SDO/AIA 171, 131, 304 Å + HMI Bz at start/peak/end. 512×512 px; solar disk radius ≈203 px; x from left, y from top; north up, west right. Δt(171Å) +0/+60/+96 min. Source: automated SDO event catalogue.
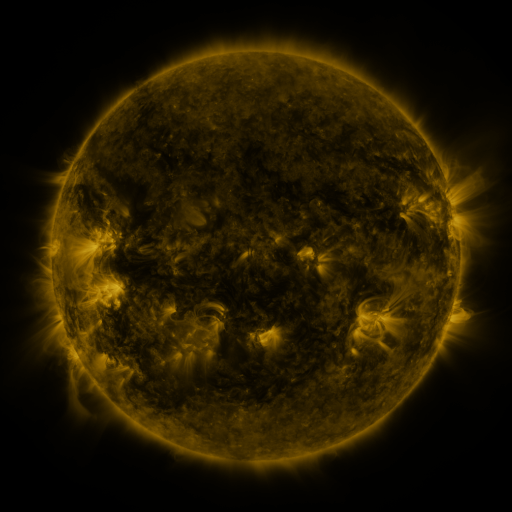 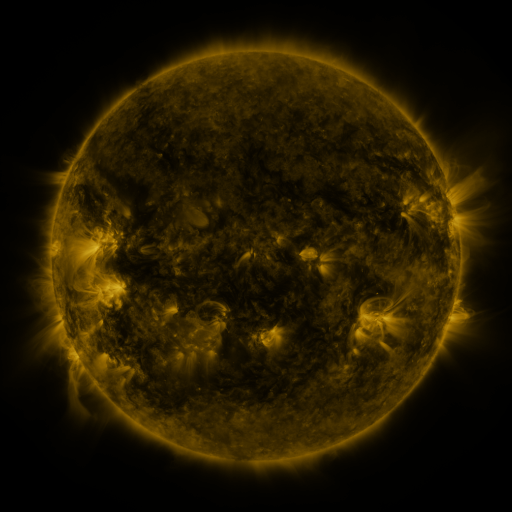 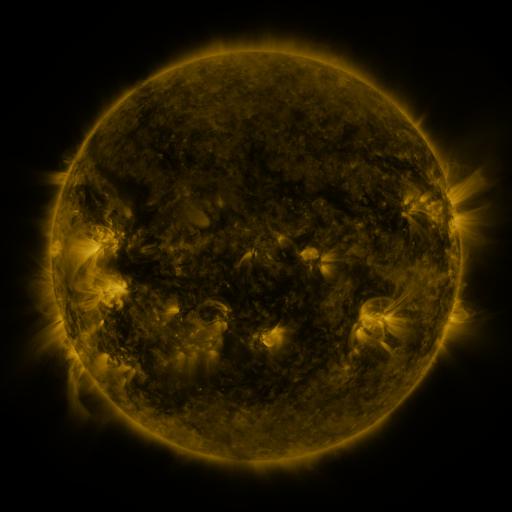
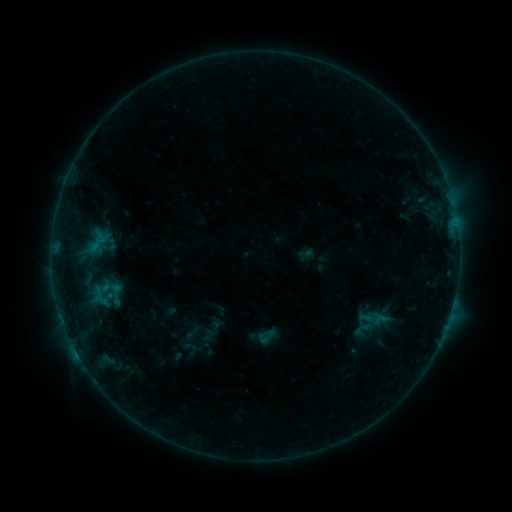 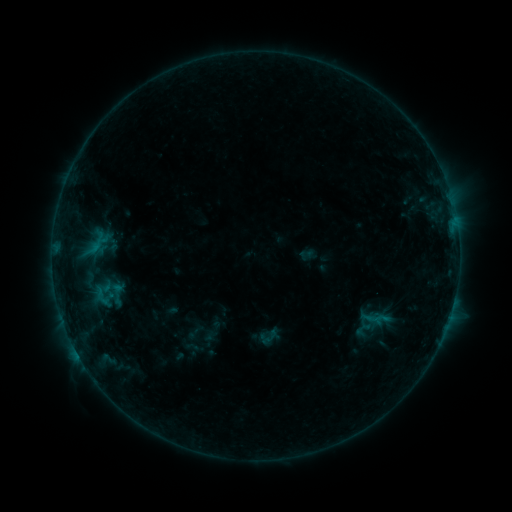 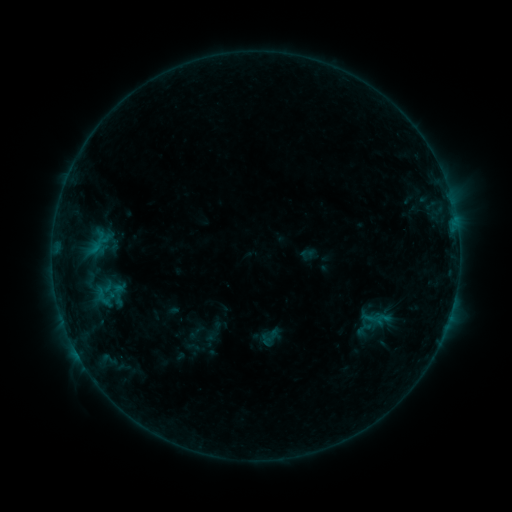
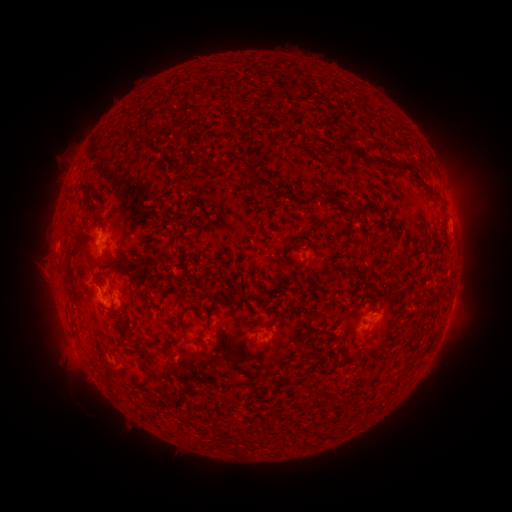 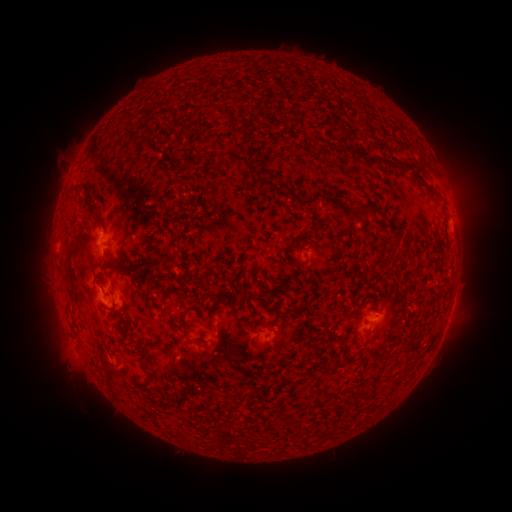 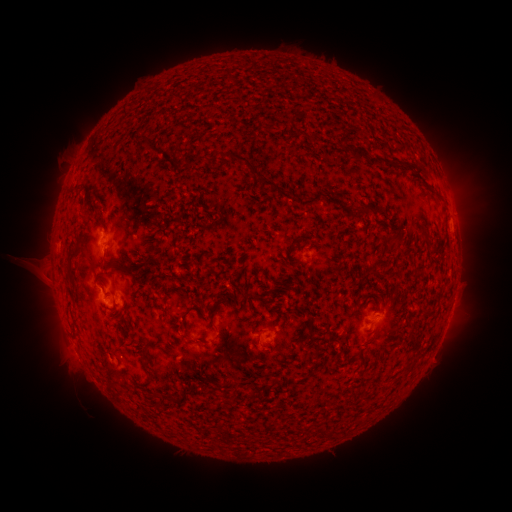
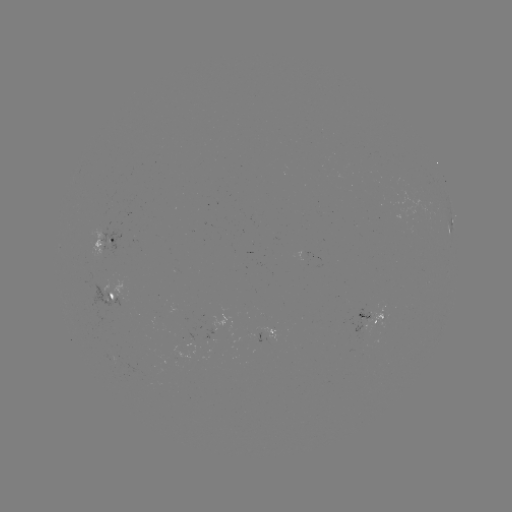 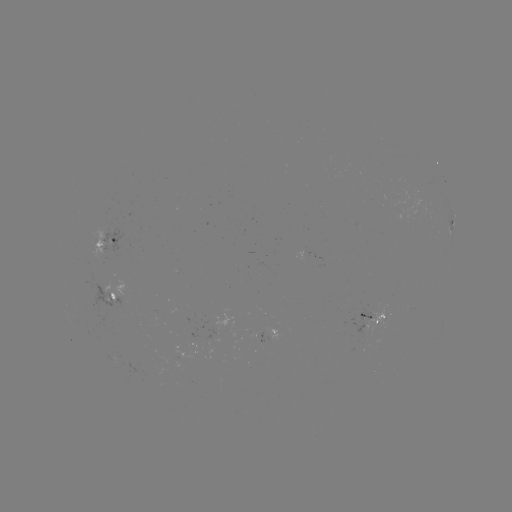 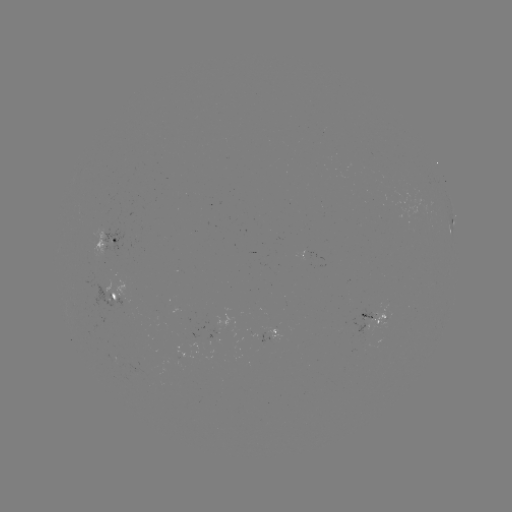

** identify emerging-flux region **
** (224, 325) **